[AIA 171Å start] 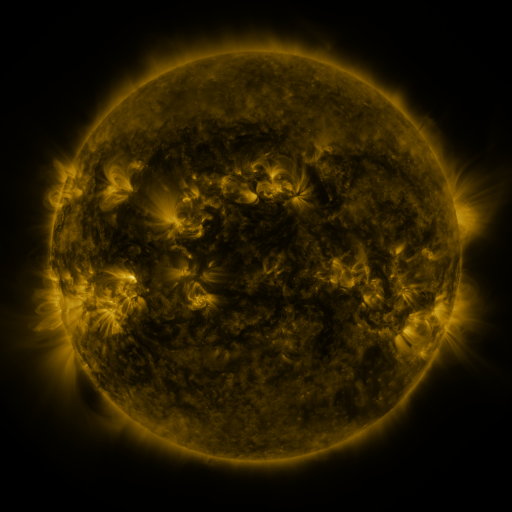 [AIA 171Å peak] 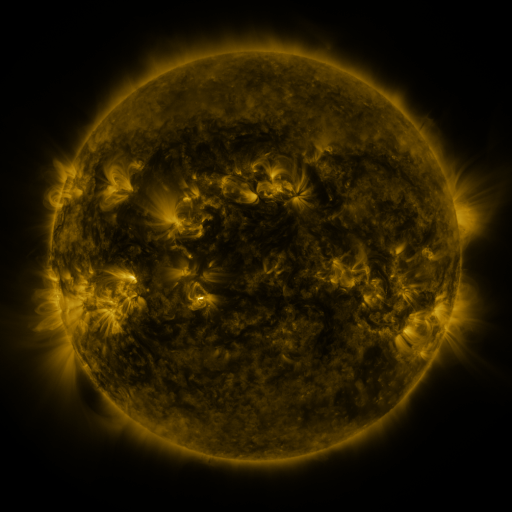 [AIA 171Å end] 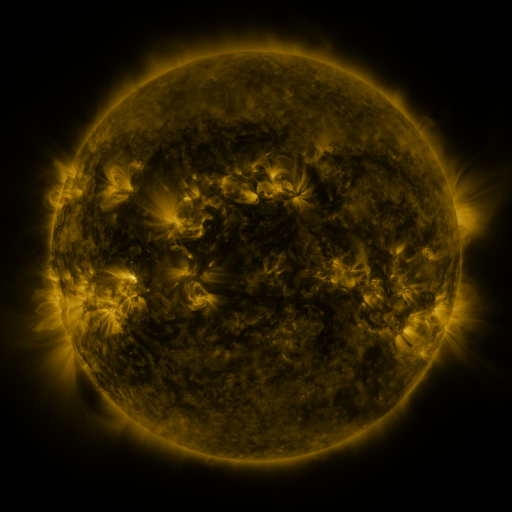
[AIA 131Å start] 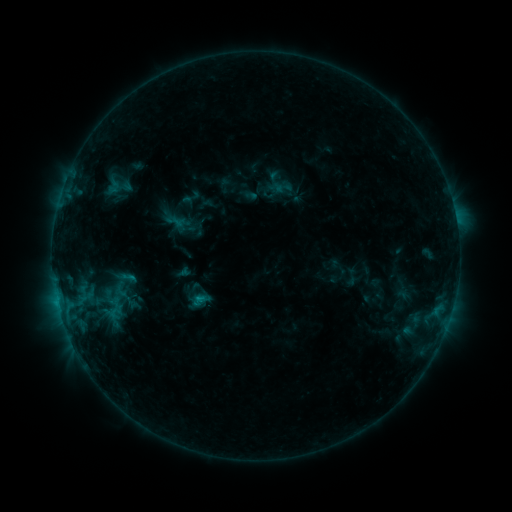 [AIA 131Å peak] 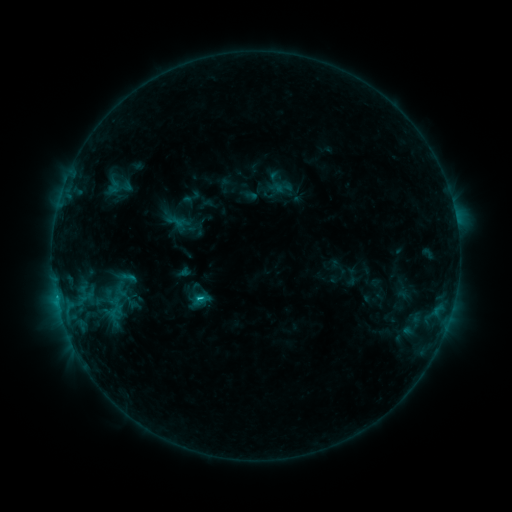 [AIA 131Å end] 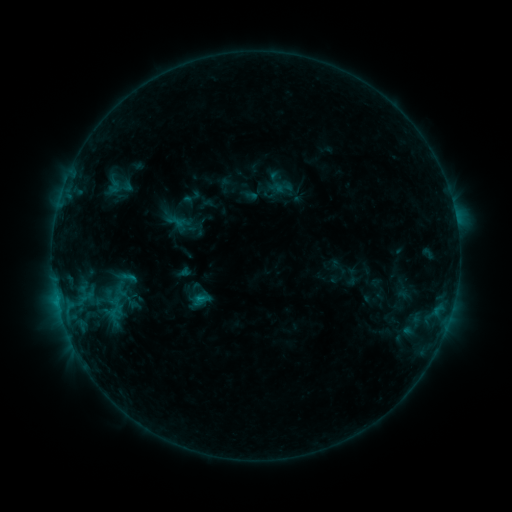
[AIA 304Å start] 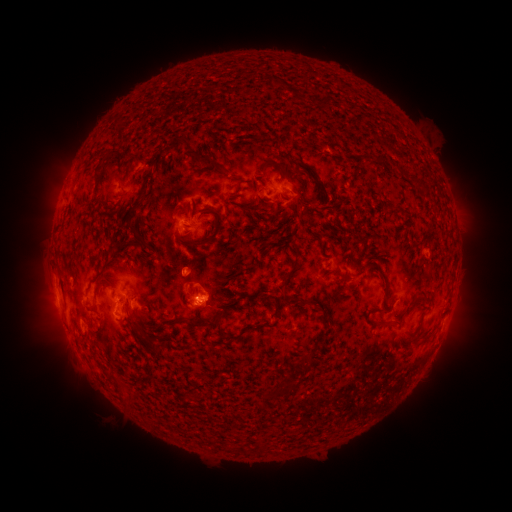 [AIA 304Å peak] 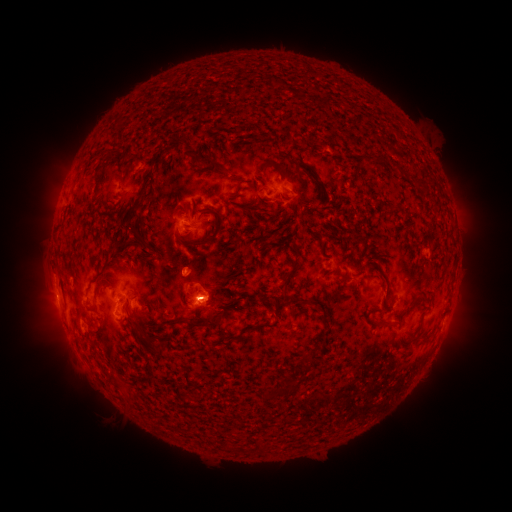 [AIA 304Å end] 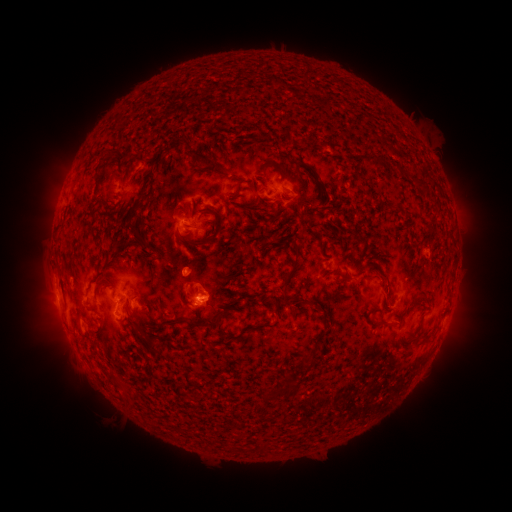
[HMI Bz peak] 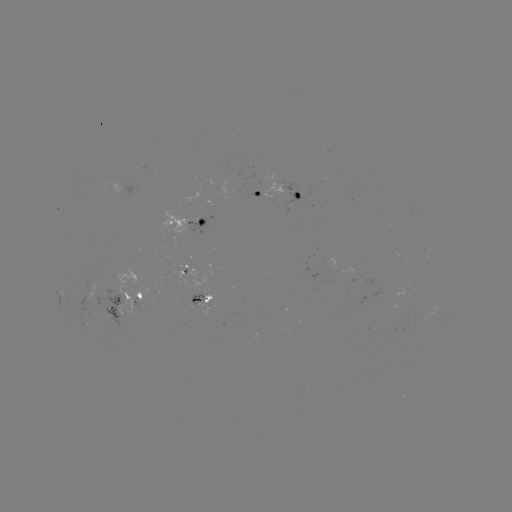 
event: flare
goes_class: B9.8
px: (202, 296)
